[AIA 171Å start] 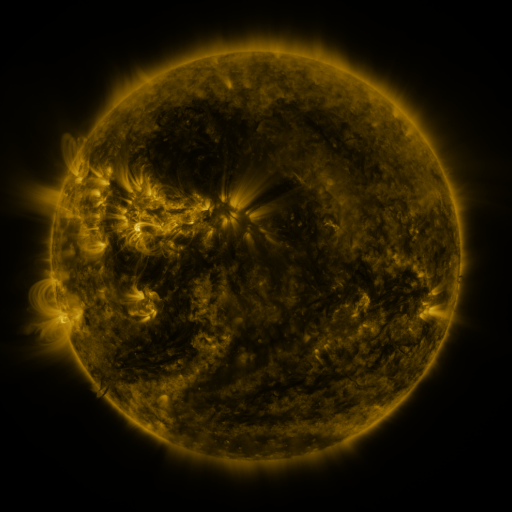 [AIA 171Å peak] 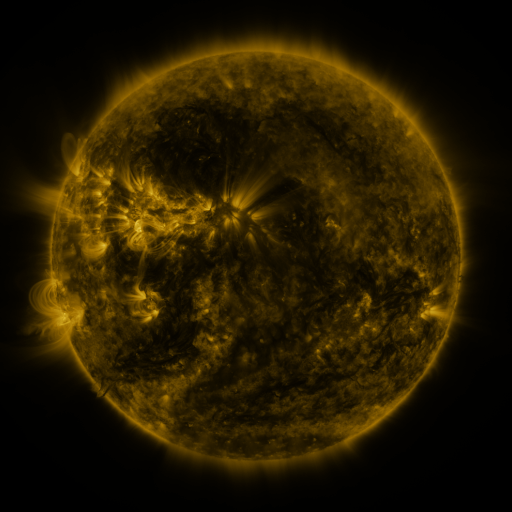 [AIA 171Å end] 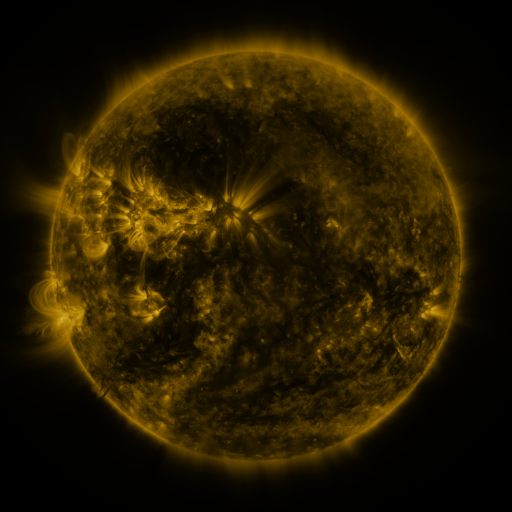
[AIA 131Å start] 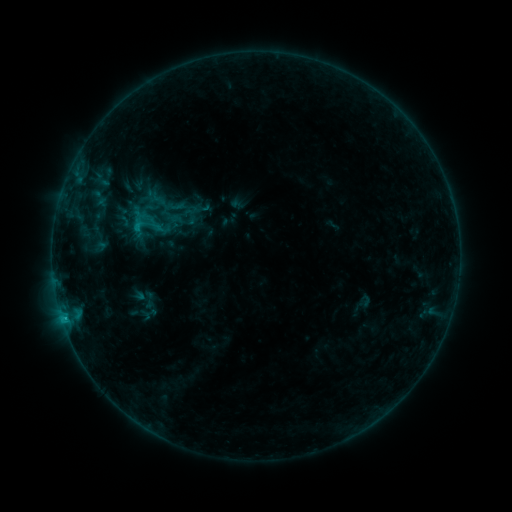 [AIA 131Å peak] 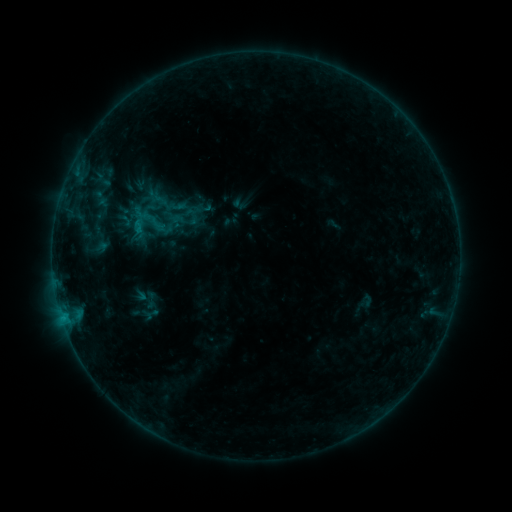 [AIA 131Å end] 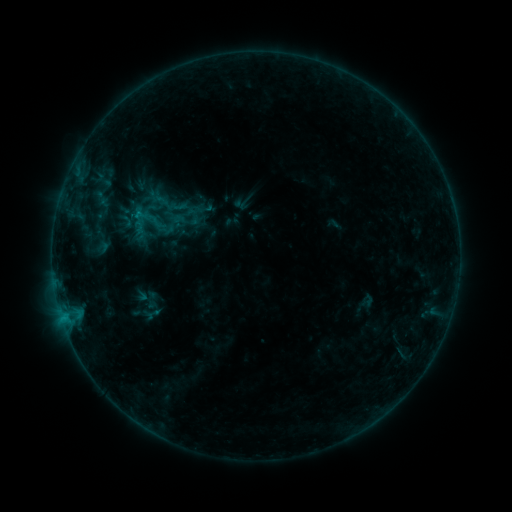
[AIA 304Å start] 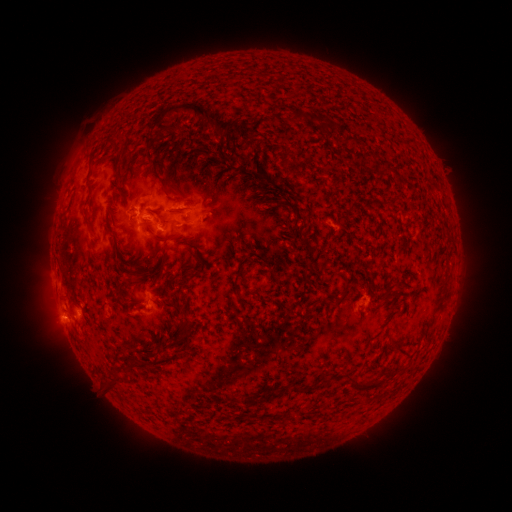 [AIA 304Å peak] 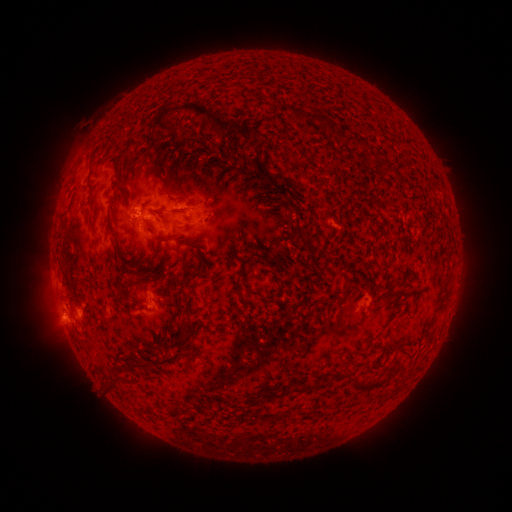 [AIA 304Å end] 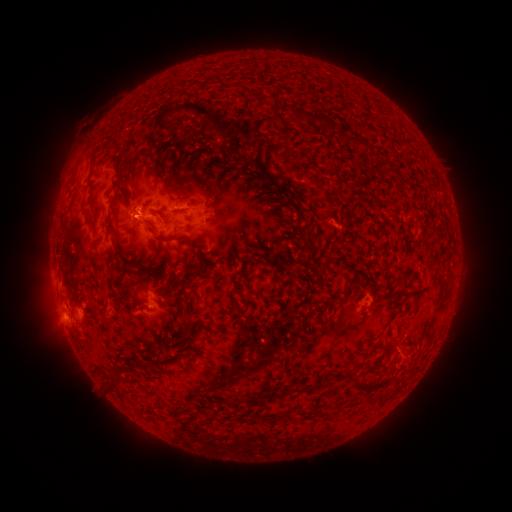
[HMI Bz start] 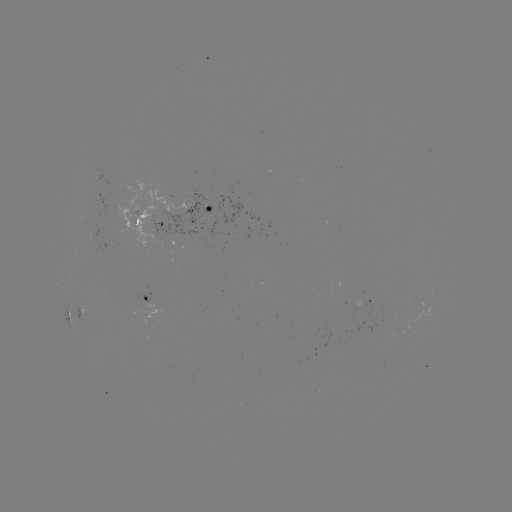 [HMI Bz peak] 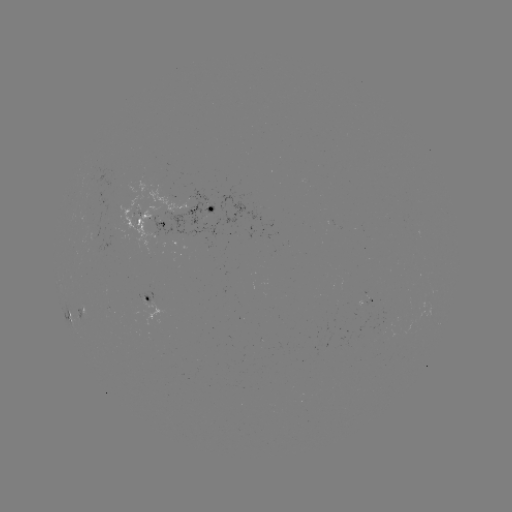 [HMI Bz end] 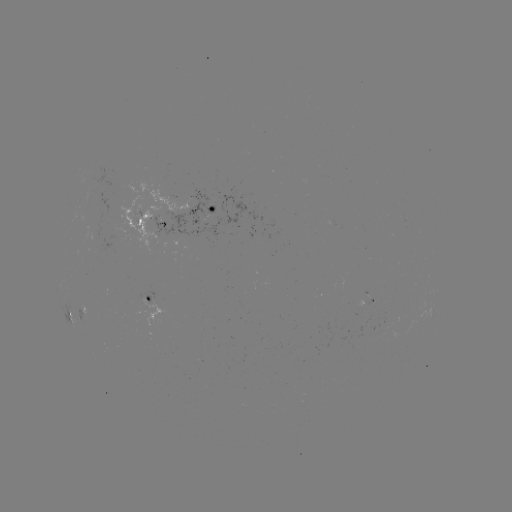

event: emerging-flux region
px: (117, 234)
